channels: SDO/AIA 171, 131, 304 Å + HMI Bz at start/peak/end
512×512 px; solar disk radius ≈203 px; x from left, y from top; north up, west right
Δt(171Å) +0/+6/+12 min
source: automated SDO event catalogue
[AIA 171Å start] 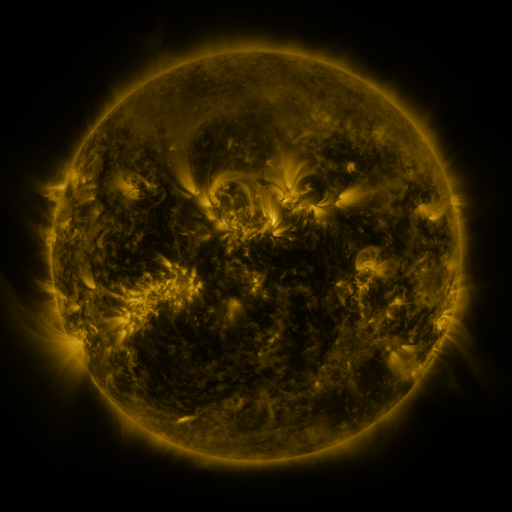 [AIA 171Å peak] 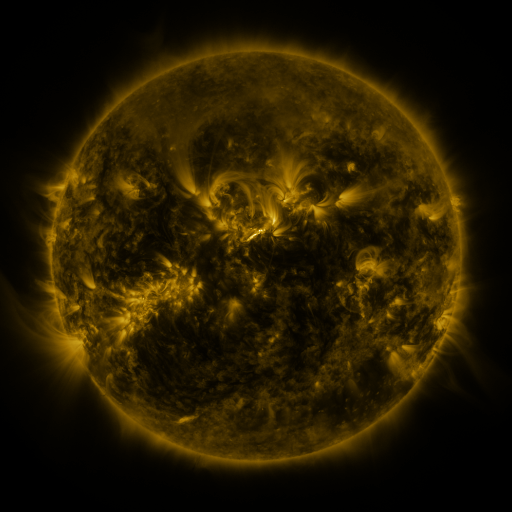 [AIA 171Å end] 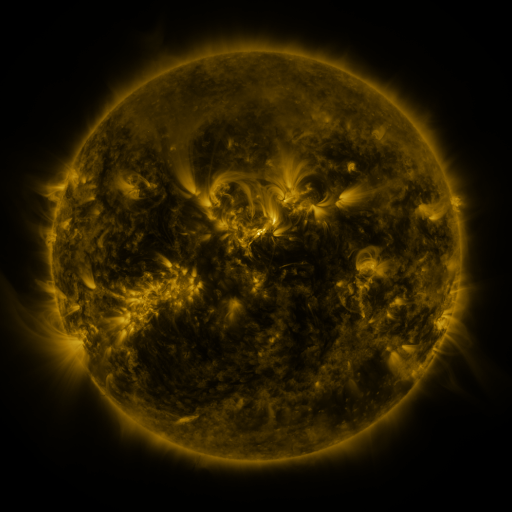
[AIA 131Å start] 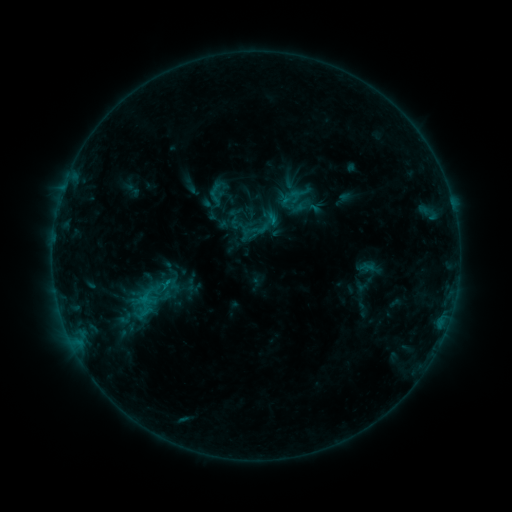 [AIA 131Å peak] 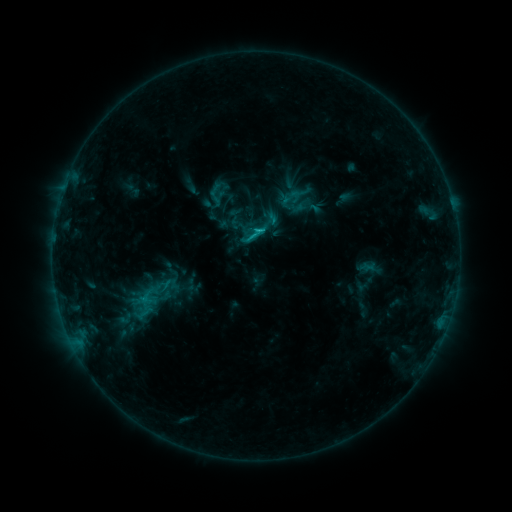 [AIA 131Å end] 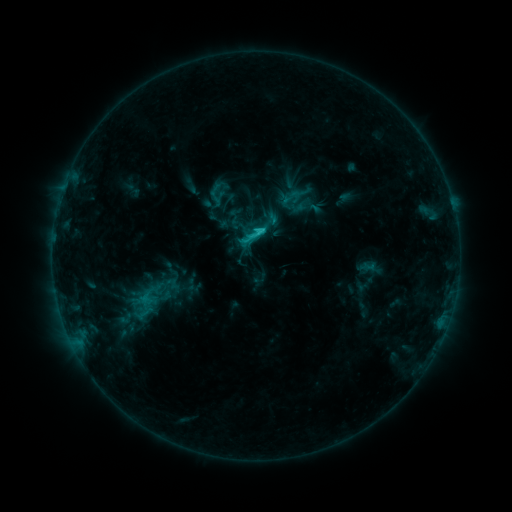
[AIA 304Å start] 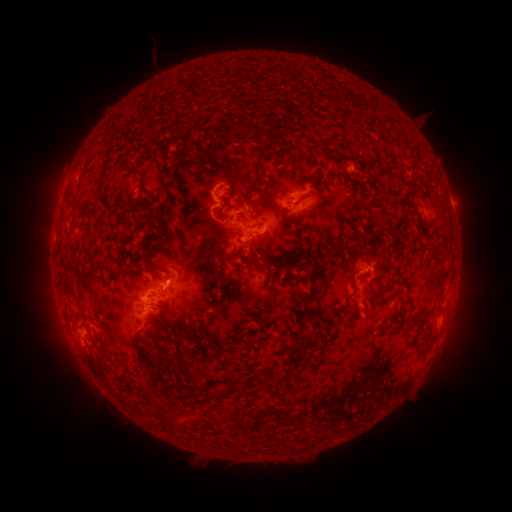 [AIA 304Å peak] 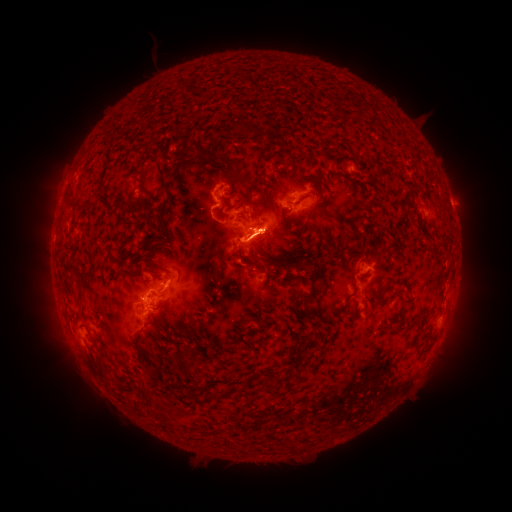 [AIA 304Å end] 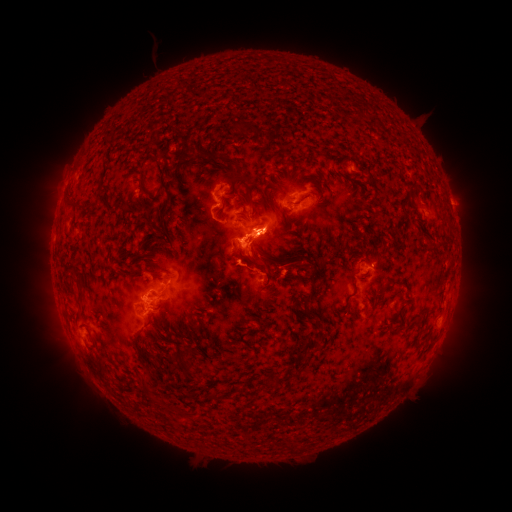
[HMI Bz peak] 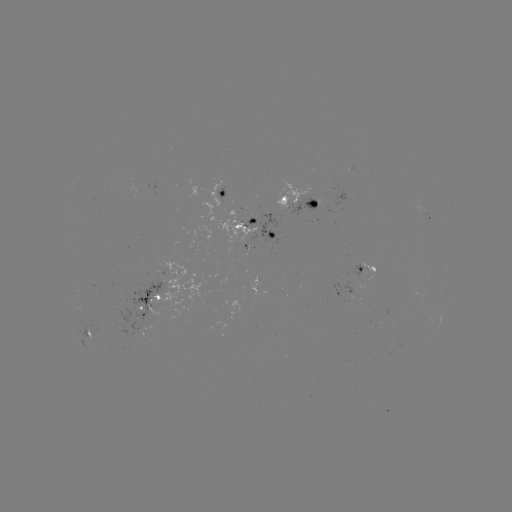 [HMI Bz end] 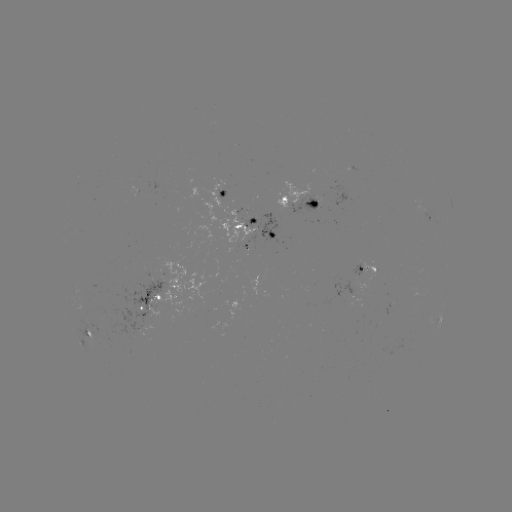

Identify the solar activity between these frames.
eruption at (256, 244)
